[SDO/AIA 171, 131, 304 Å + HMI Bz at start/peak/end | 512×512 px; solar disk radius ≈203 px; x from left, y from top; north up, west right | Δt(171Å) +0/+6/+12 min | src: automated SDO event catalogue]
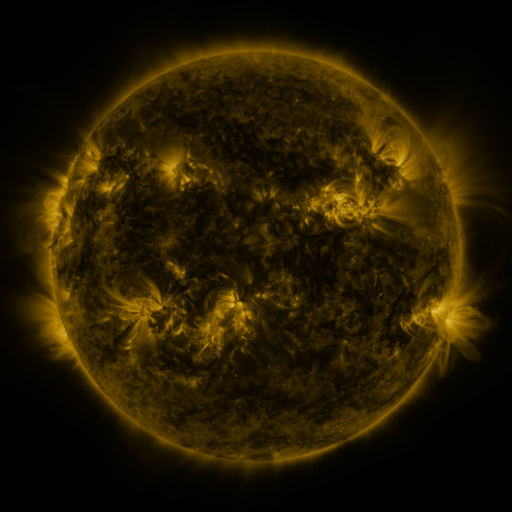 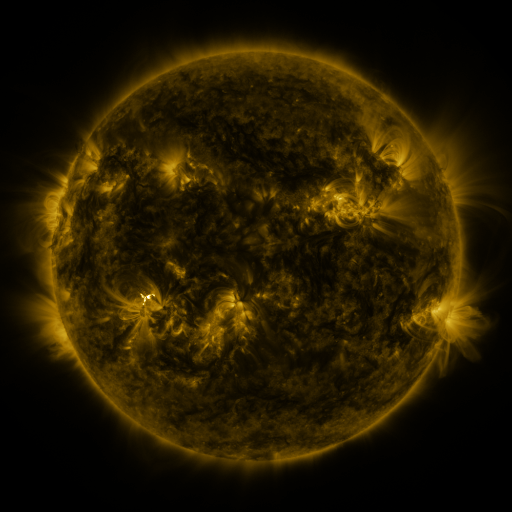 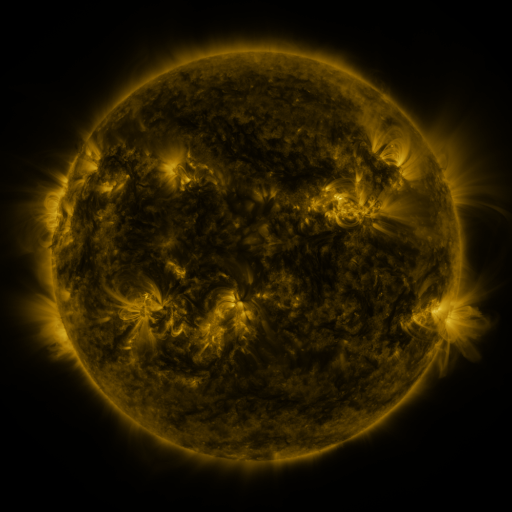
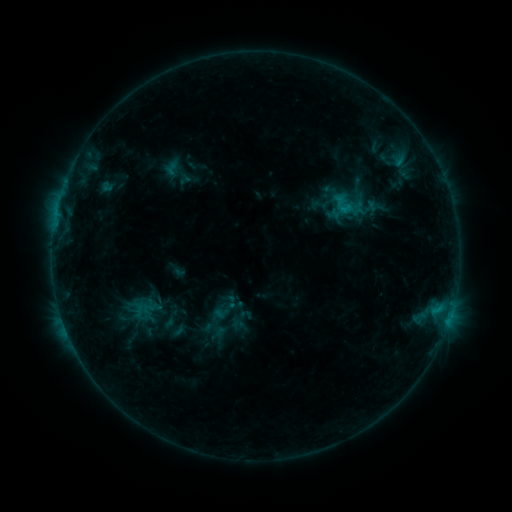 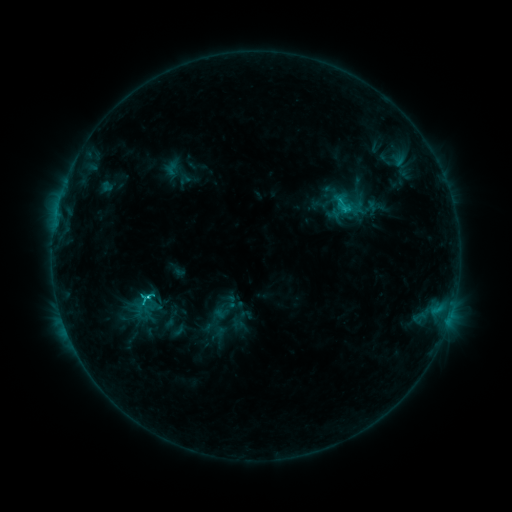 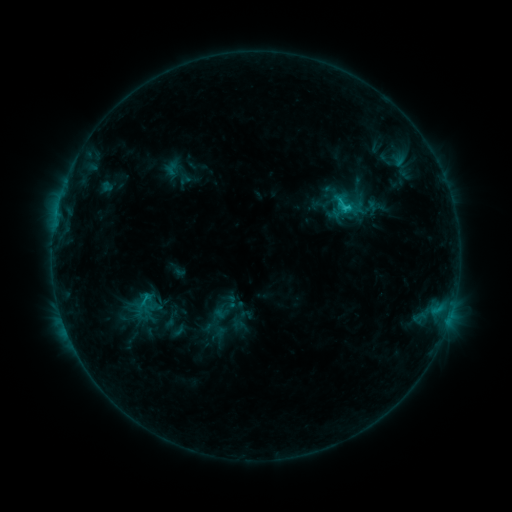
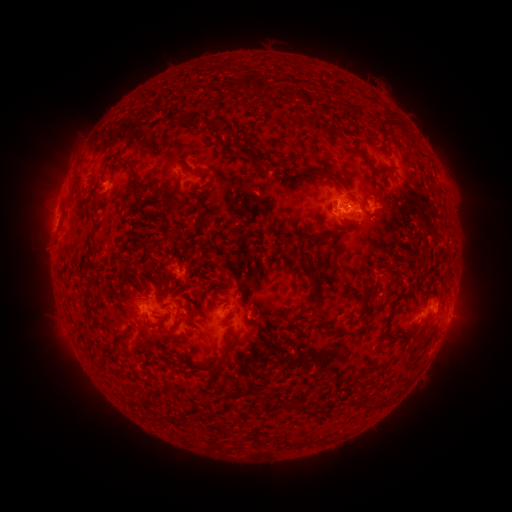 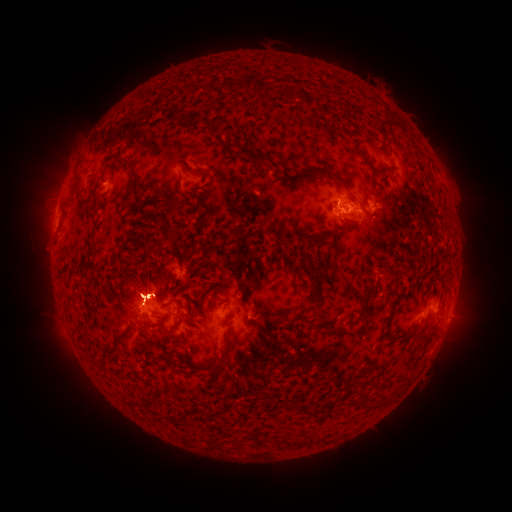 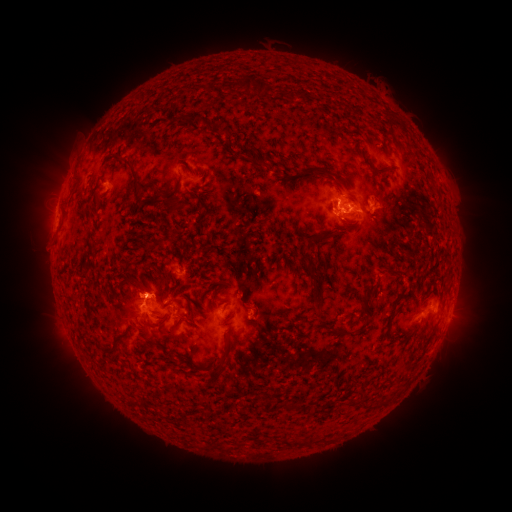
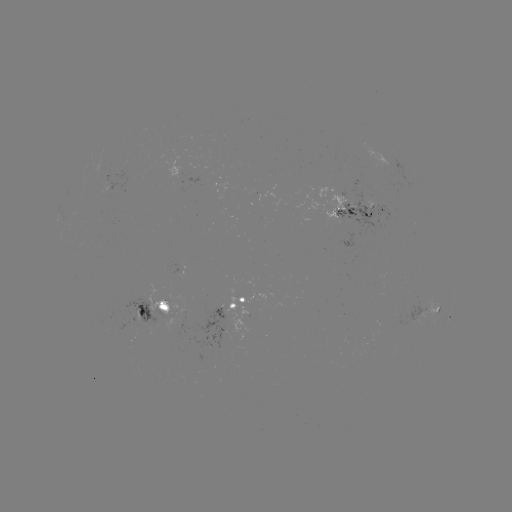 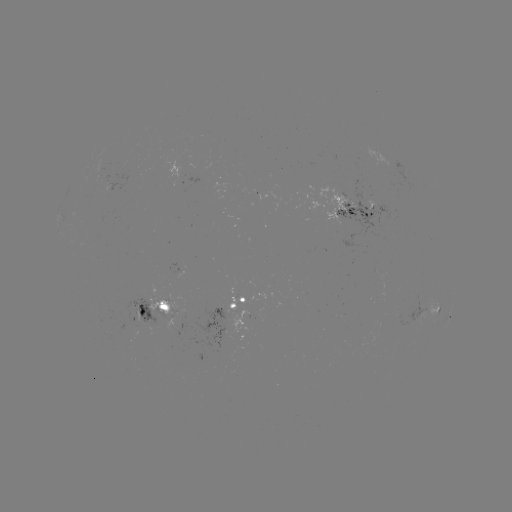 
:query C1.7 flare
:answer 148,293